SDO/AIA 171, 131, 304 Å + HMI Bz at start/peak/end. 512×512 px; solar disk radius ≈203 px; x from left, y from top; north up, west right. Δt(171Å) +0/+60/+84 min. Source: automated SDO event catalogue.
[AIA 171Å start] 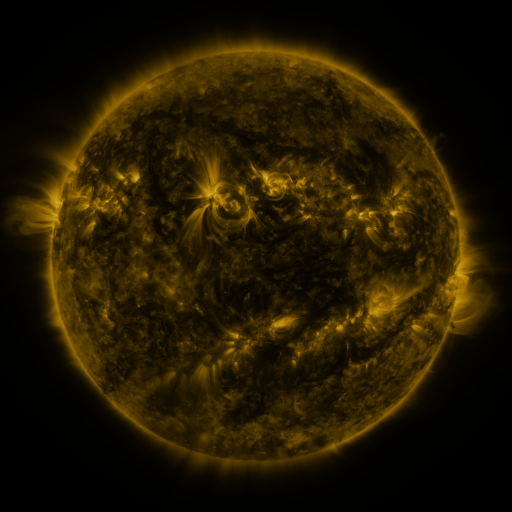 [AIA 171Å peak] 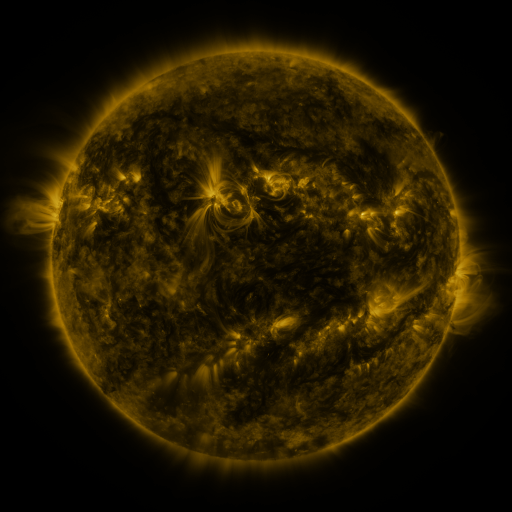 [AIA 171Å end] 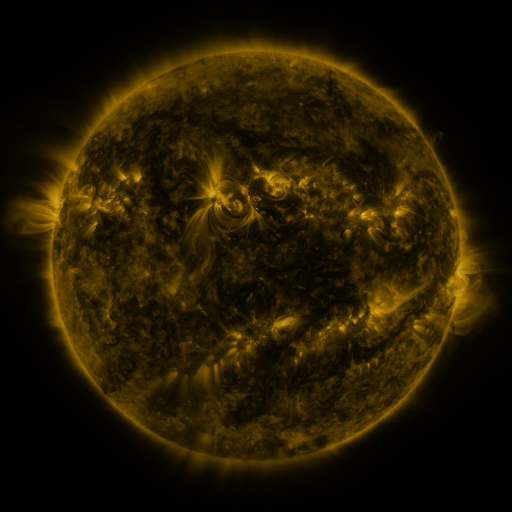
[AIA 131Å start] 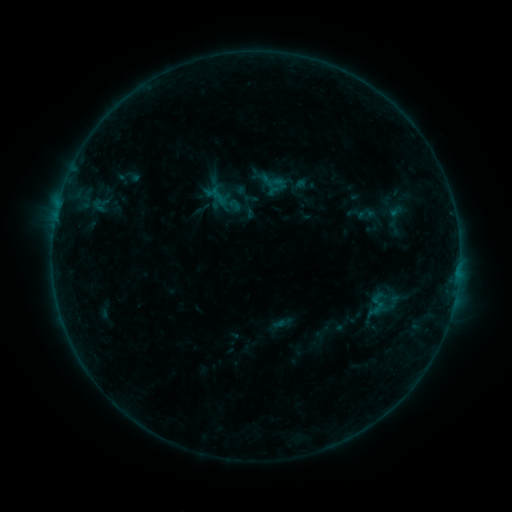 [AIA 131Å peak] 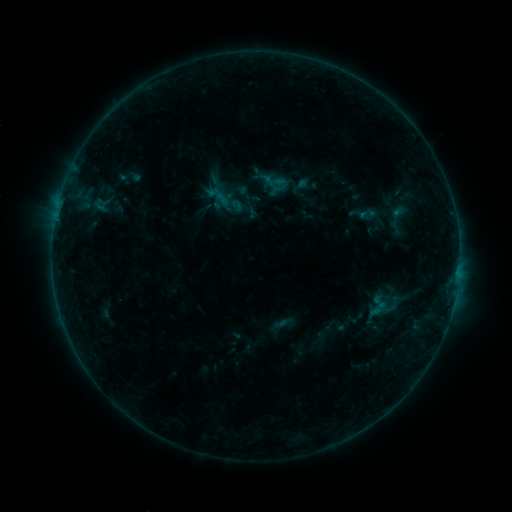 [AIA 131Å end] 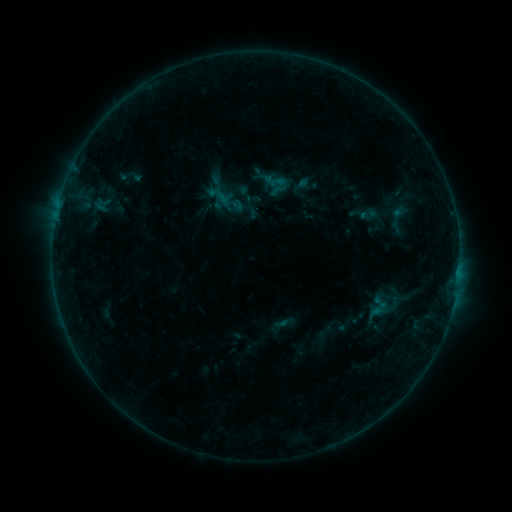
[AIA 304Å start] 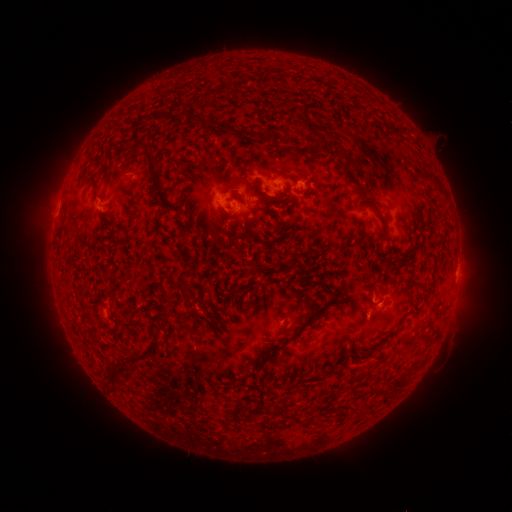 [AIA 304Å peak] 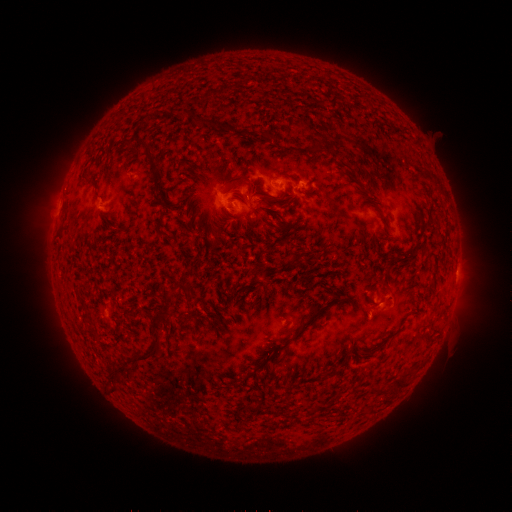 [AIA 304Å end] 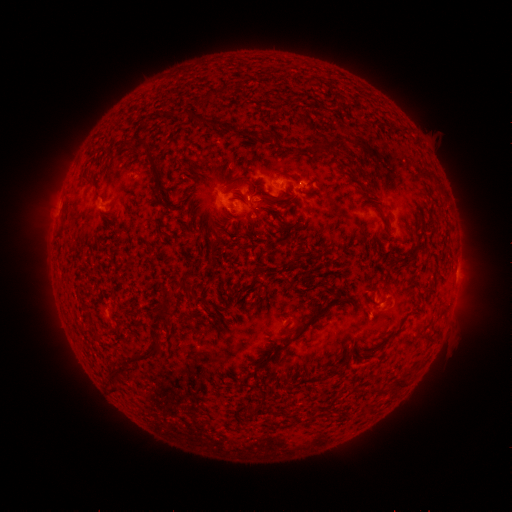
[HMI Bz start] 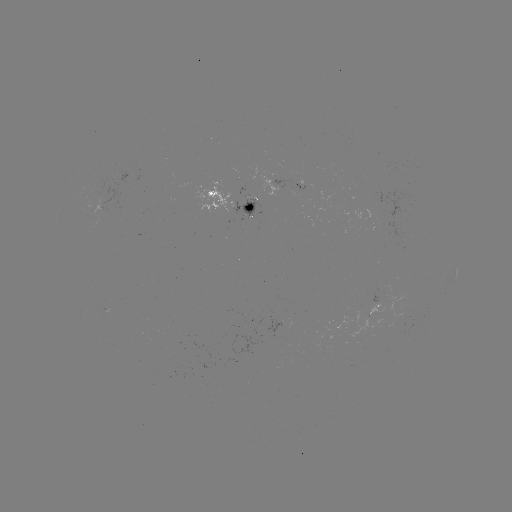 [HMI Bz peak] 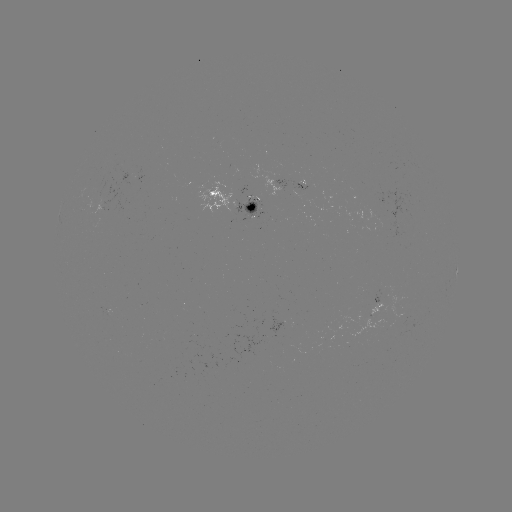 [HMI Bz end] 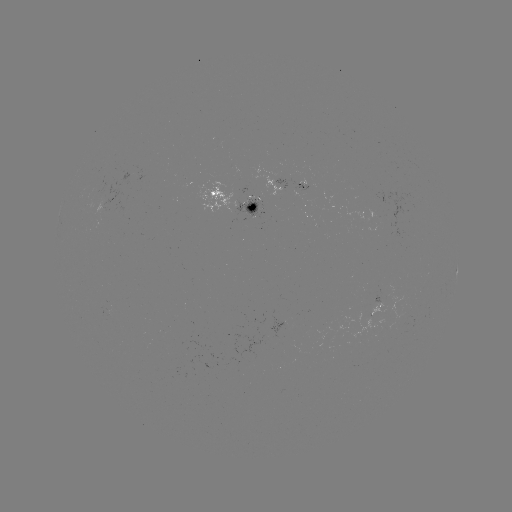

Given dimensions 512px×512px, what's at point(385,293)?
emerging-flux region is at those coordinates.